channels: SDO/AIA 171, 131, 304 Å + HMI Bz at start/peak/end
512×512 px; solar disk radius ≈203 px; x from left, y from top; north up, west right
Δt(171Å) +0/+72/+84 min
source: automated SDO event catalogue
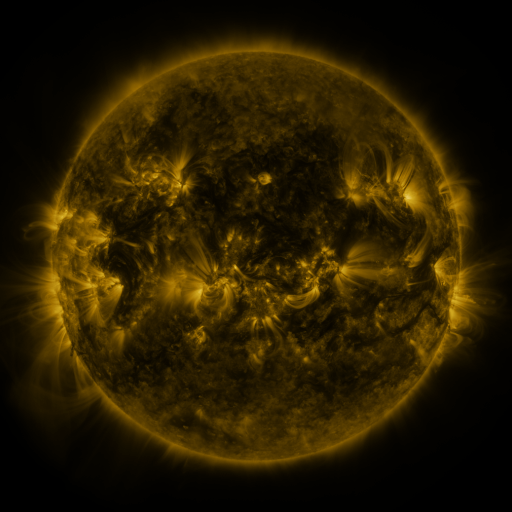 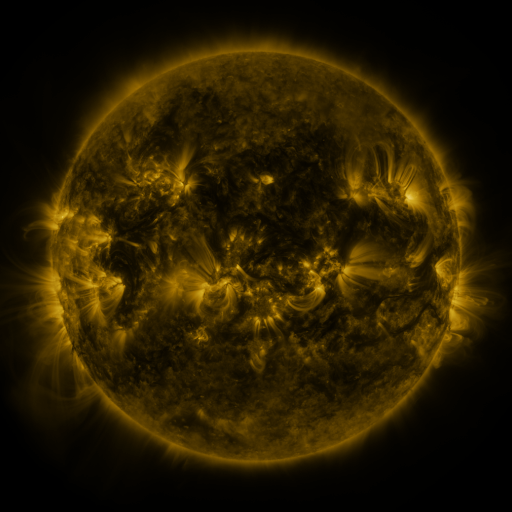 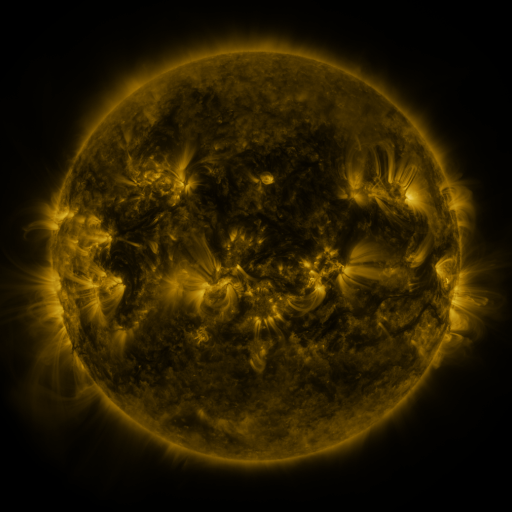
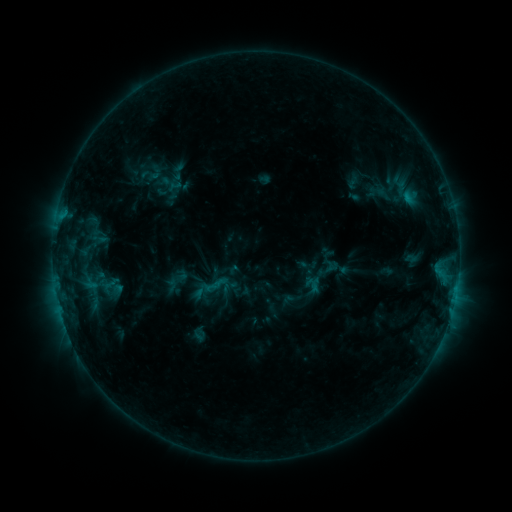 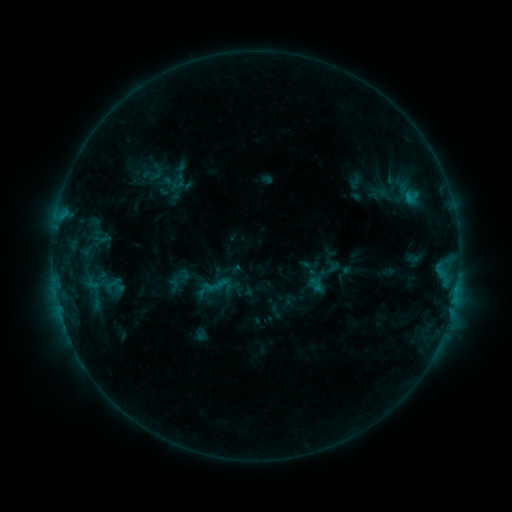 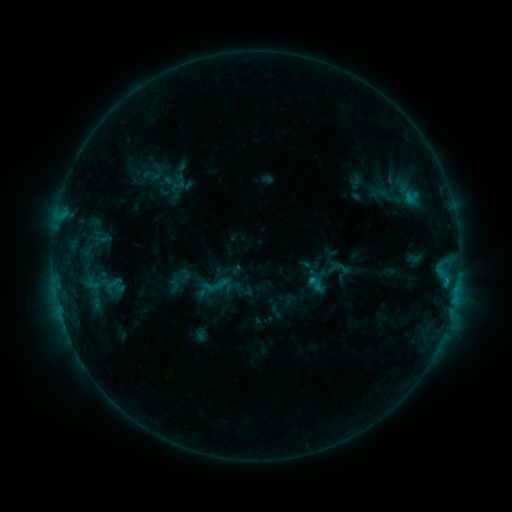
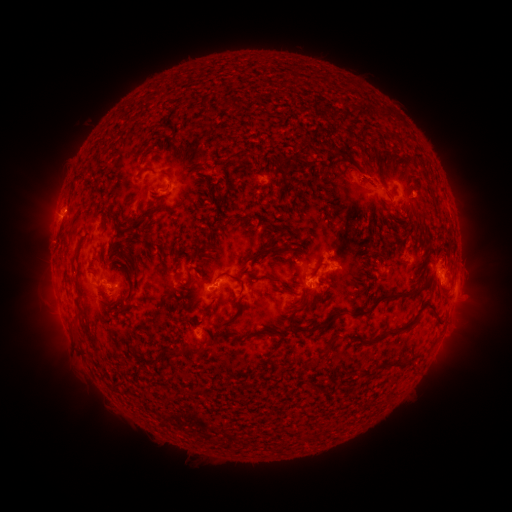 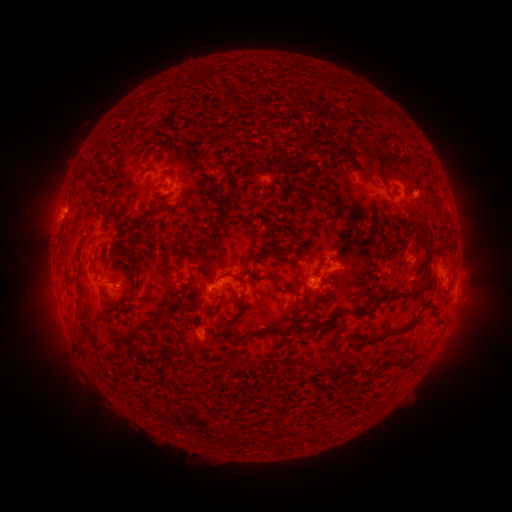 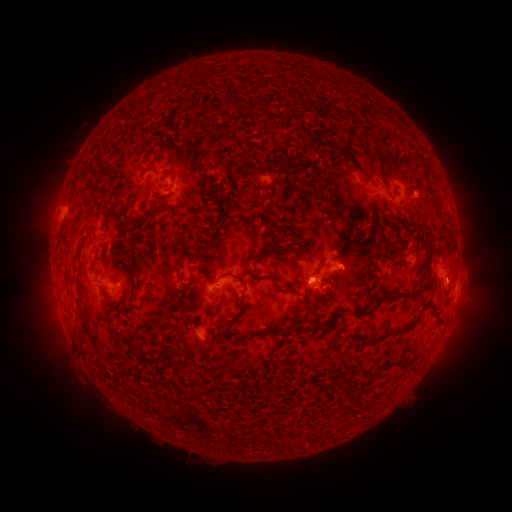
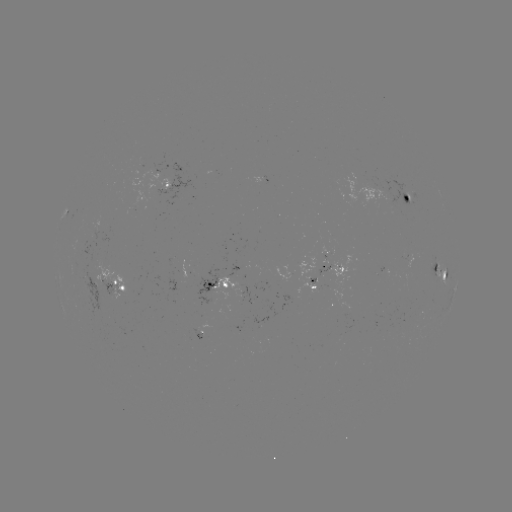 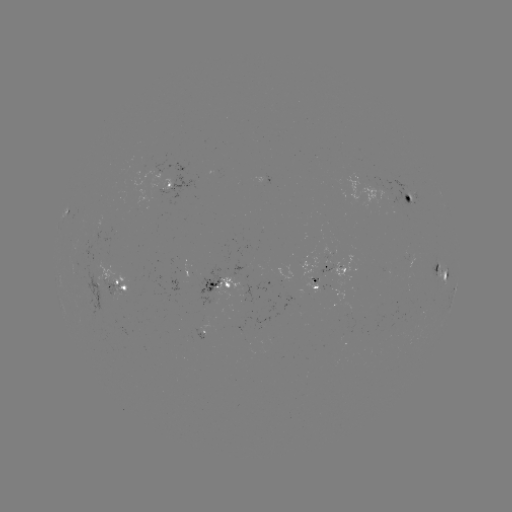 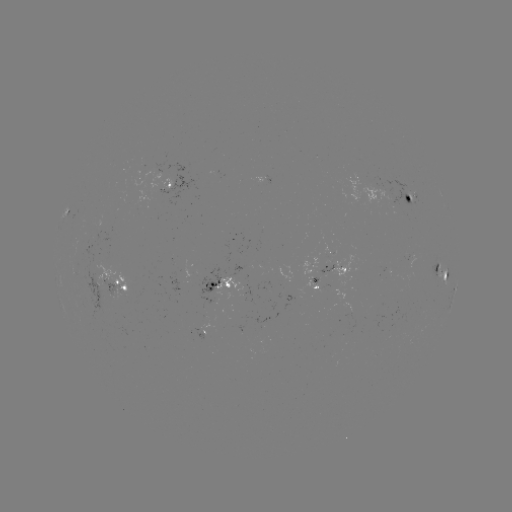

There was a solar emerging-flux region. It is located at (372, 188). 